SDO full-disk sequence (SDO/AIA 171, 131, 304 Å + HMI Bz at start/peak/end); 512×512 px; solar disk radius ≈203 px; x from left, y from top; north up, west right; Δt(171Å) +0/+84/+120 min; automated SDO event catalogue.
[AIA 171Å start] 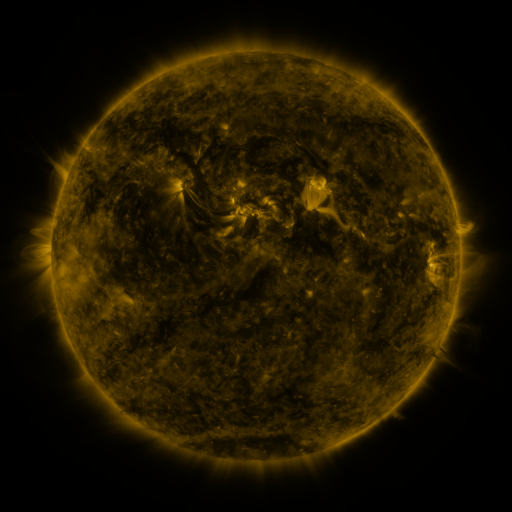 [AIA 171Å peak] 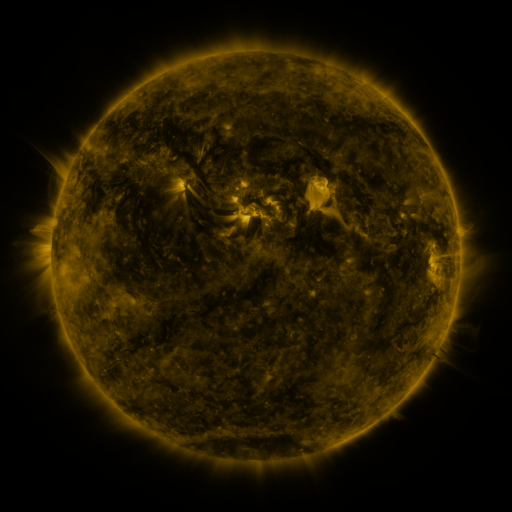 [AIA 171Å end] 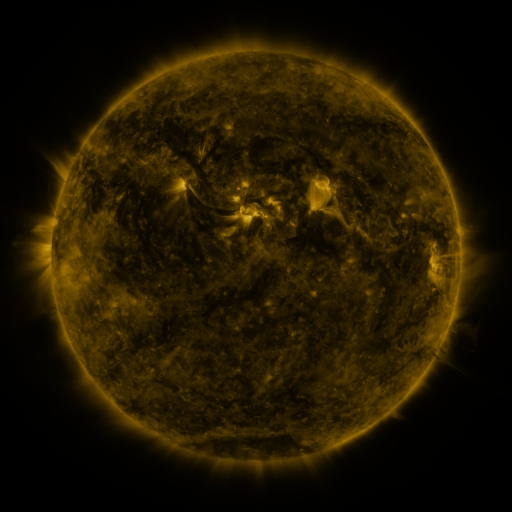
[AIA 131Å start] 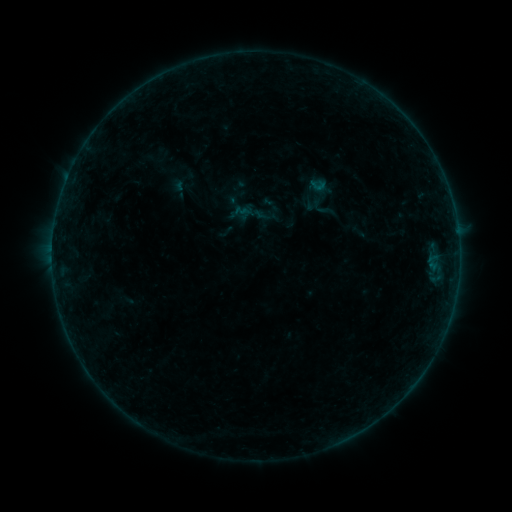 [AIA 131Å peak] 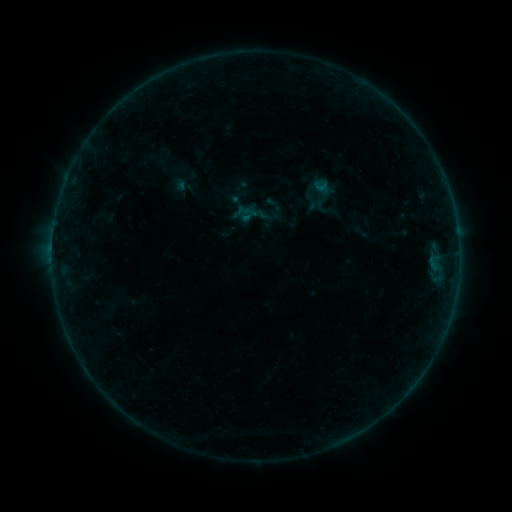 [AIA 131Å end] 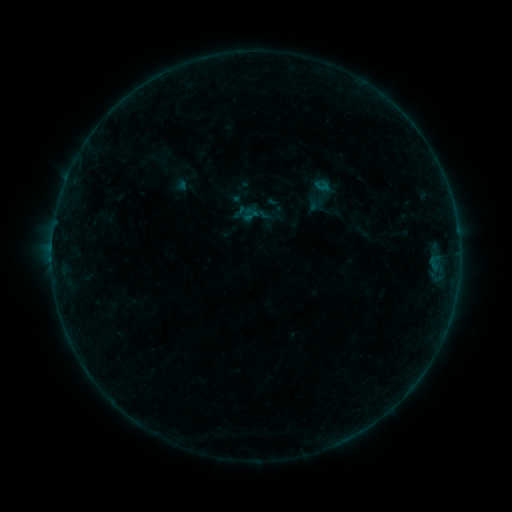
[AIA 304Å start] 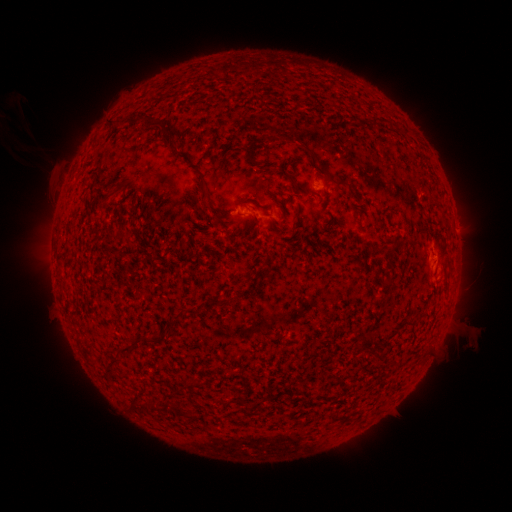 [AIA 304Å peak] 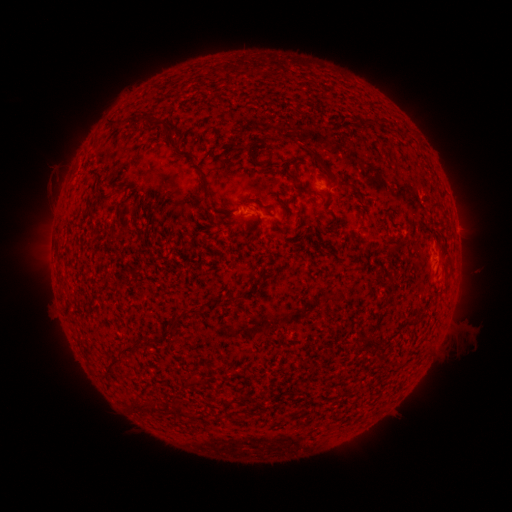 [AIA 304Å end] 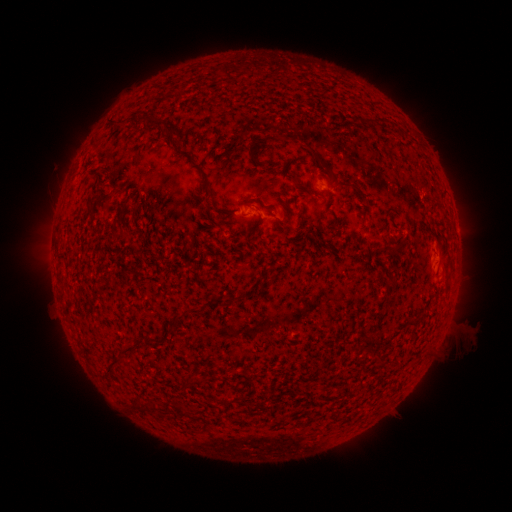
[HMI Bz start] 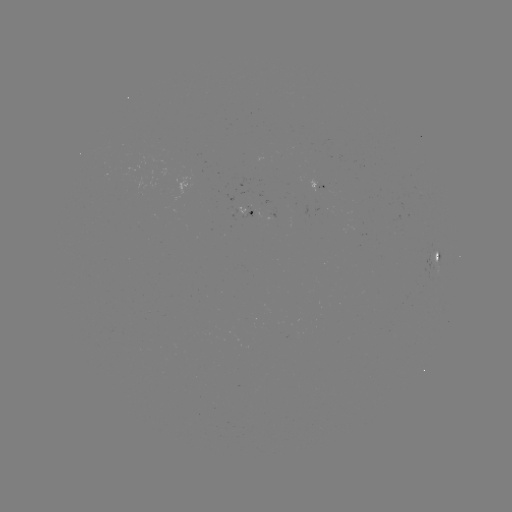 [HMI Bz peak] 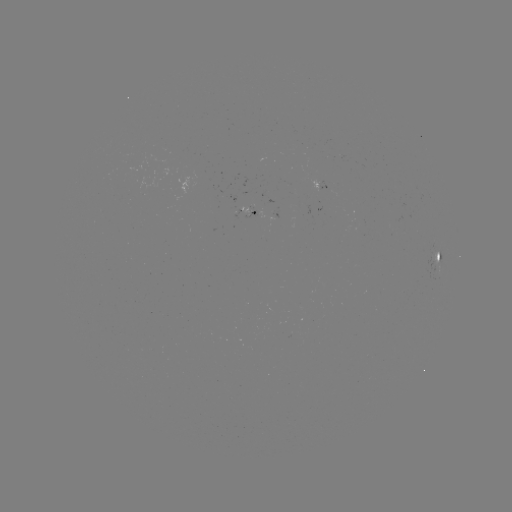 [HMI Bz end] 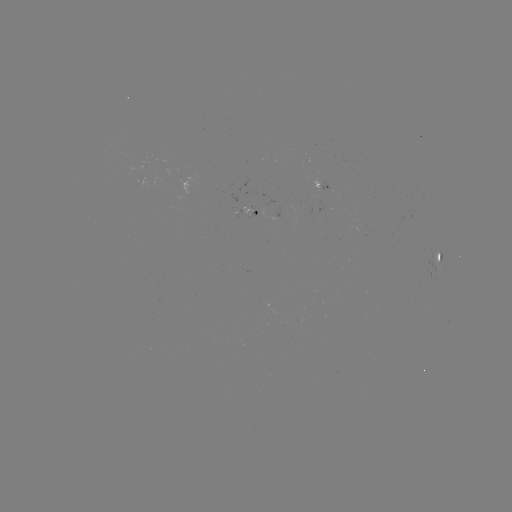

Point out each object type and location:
emerging-flux region: (248, 208)
